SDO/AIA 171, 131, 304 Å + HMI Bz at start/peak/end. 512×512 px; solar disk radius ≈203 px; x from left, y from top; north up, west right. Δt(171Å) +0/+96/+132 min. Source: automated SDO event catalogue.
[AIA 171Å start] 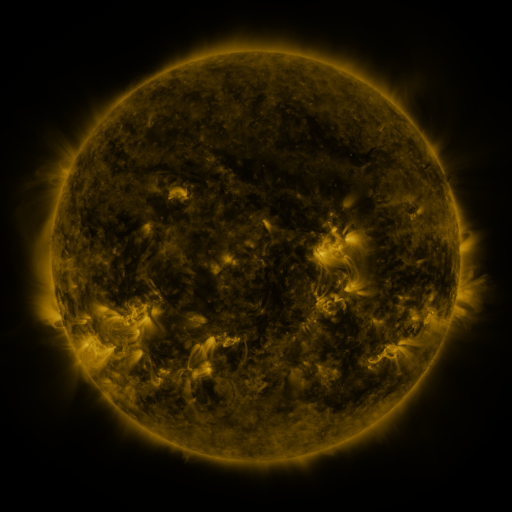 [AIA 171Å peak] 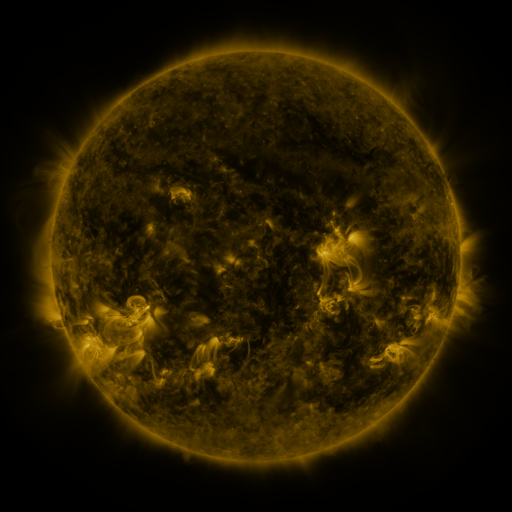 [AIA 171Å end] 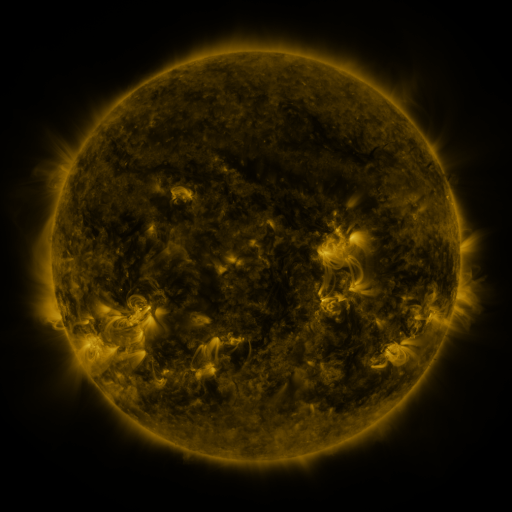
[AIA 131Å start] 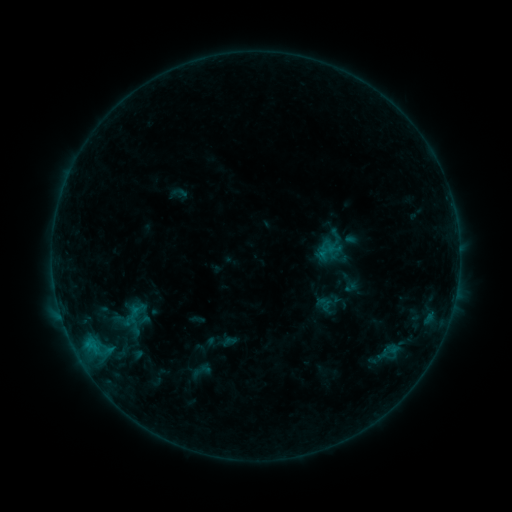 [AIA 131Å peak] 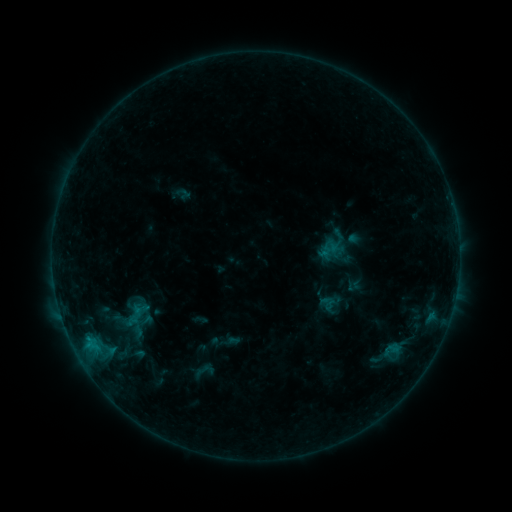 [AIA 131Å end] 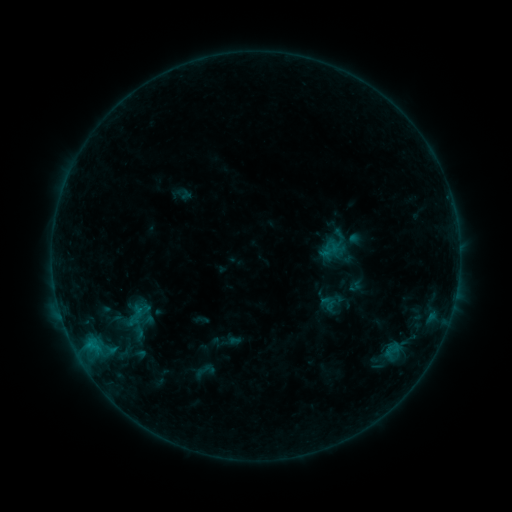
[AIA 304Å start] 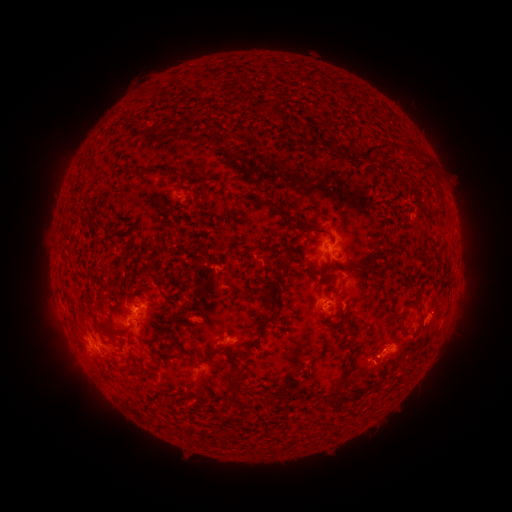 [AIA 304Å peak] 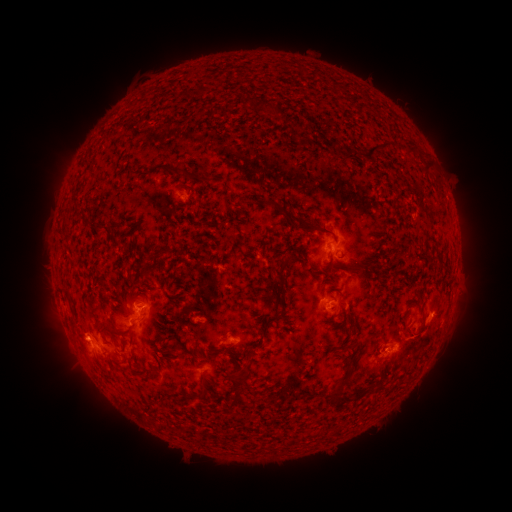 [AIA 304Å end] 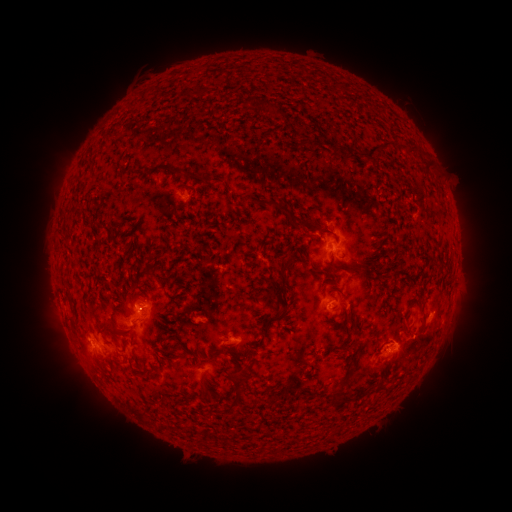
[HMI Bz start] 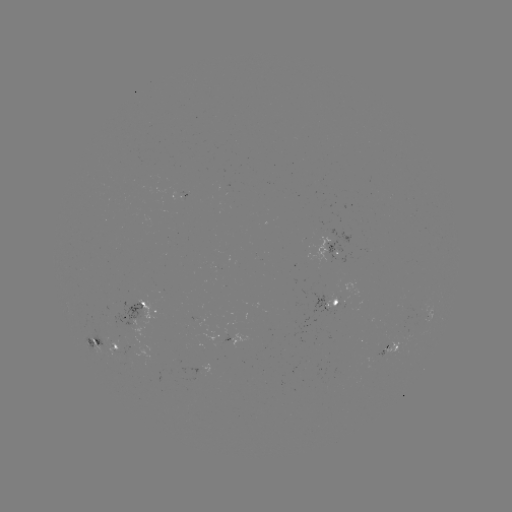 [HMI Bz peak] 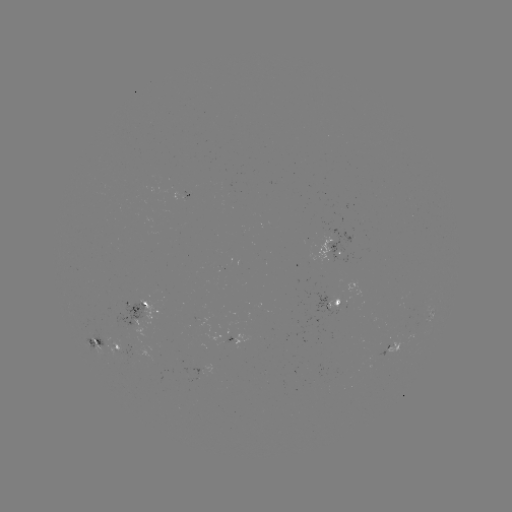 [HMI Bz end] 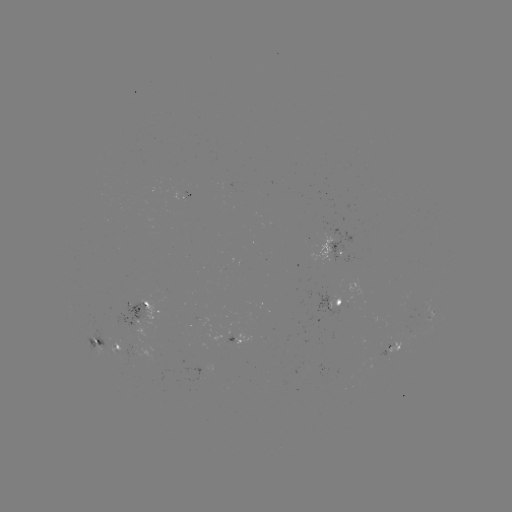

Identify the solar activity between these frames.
emerging-flux region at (181, 195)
